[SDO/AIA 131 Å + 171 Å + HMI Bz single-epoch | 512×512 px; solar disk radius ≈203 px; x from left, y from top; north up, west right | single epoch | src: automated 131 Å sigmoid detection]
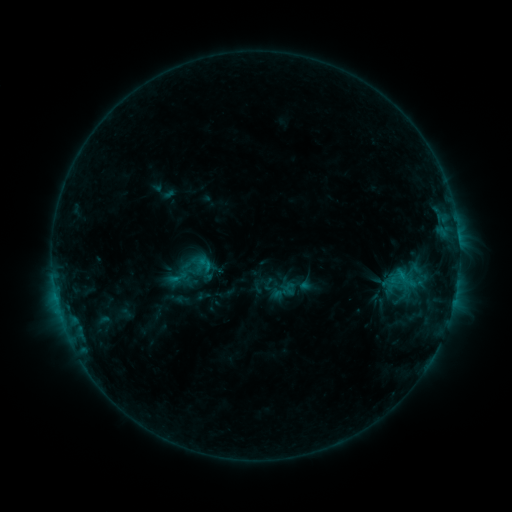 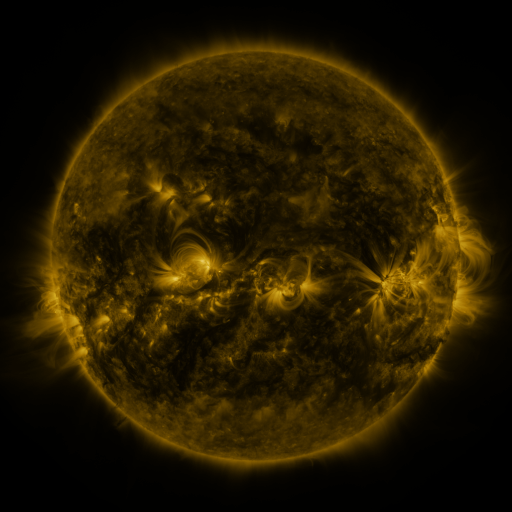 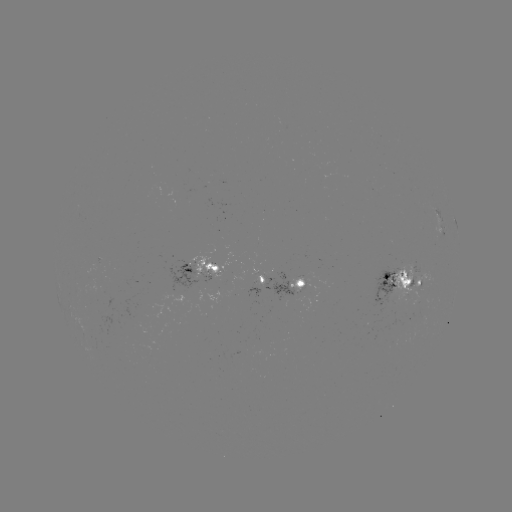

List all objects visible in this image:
sigmoid: (178, 278)
sigmoid: (404, 280)
